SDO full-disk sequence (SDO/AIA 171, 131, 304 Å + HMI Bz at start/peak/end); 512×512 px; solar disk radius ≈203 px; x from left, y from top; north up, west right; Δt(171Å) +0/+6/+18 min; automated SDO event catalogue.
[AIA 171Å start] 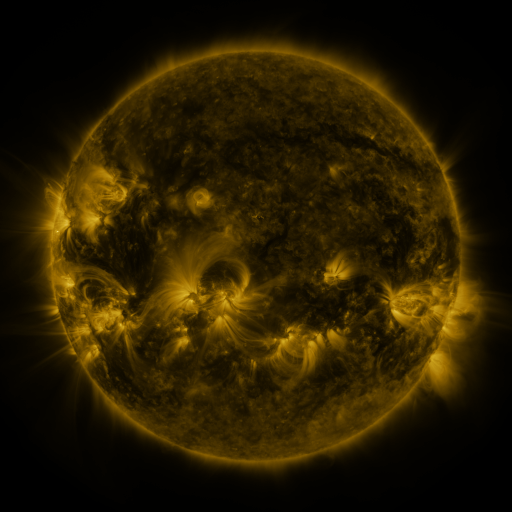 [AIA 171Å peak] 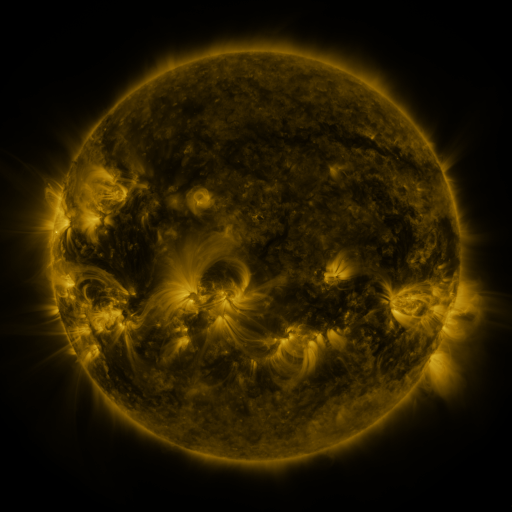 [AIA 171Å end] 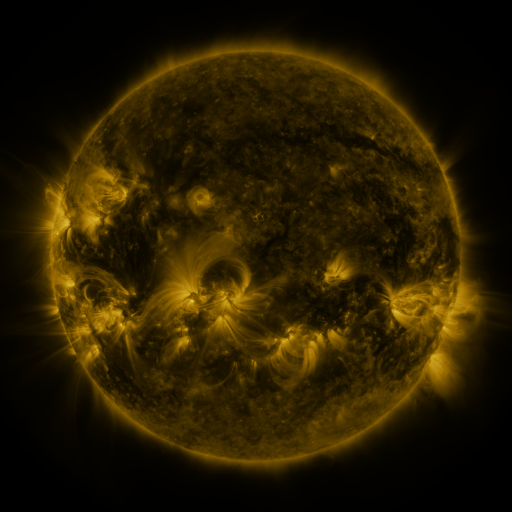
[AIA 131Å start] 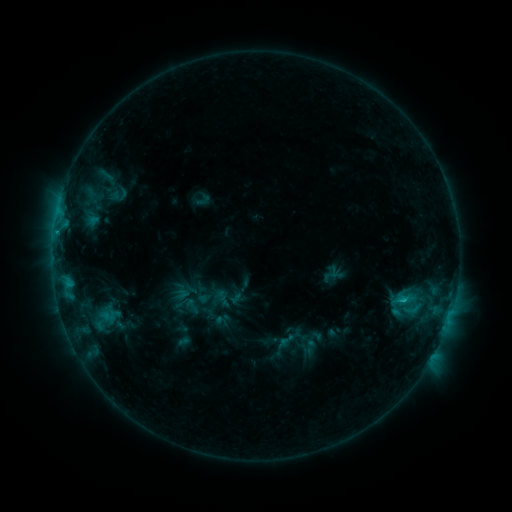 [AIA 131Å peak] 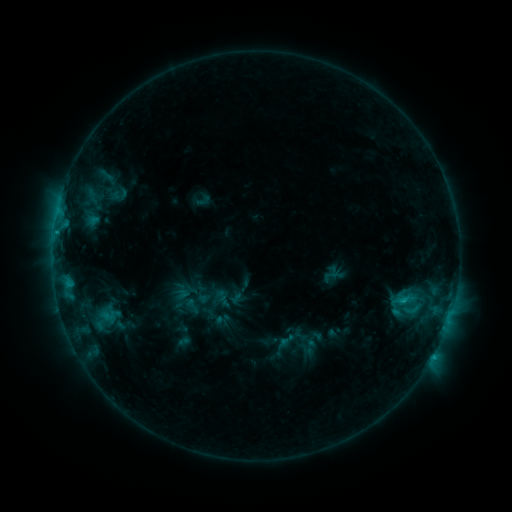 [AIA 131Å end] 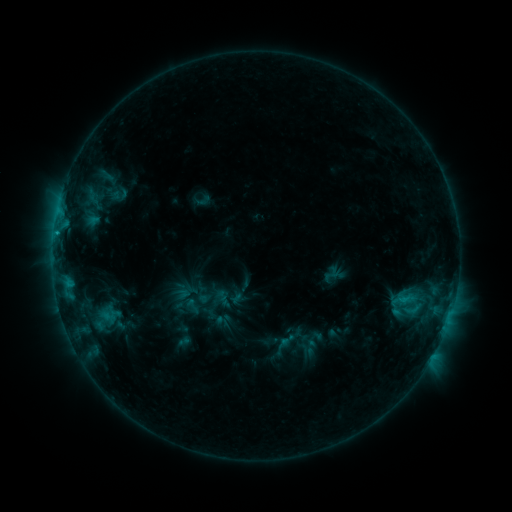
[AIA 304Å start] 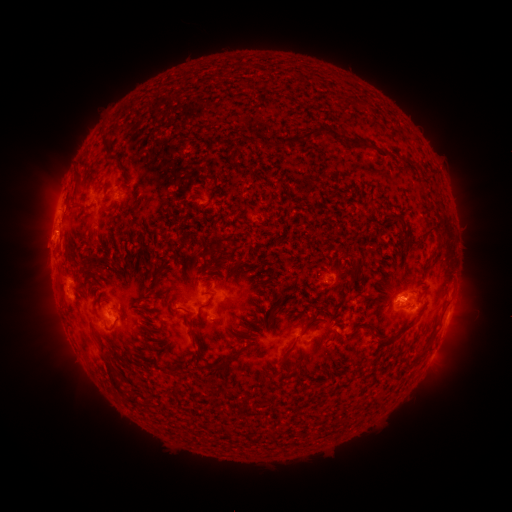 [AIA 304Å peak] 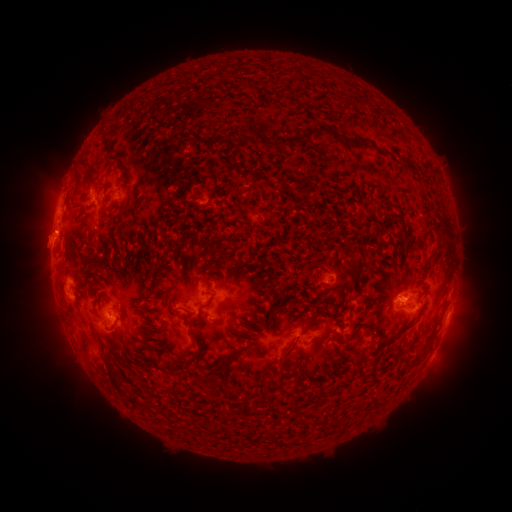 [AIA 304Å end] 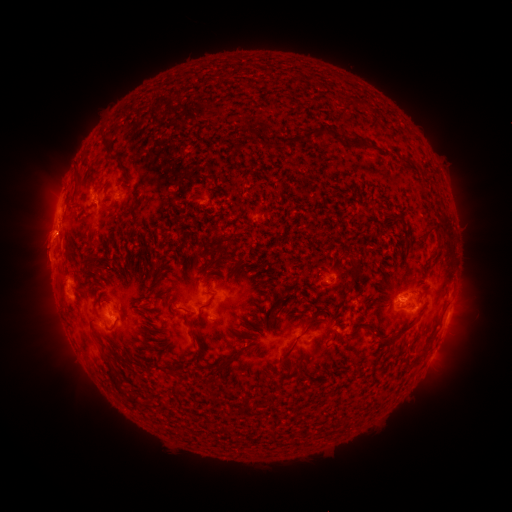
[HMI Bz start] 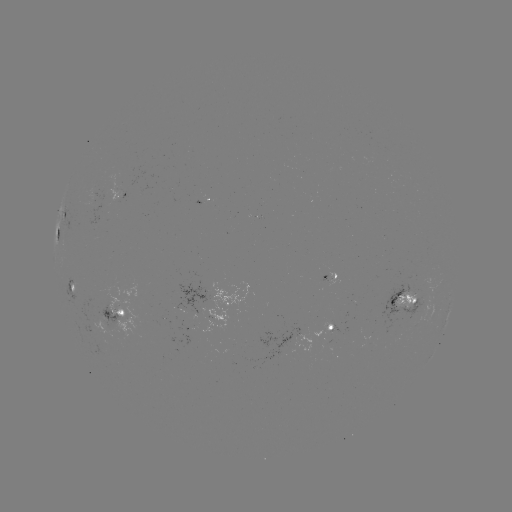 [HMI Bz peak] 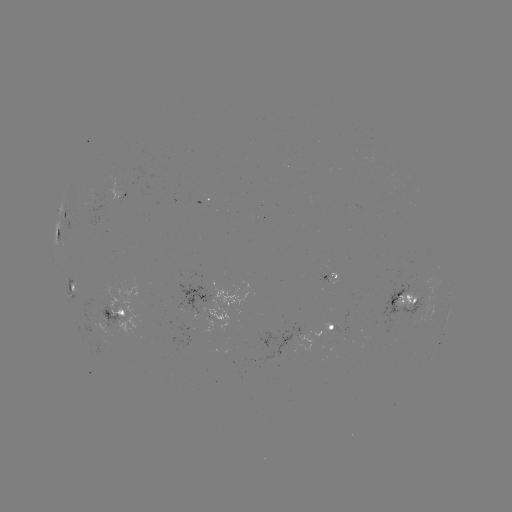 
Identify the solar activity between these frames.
eruption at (43, 244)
